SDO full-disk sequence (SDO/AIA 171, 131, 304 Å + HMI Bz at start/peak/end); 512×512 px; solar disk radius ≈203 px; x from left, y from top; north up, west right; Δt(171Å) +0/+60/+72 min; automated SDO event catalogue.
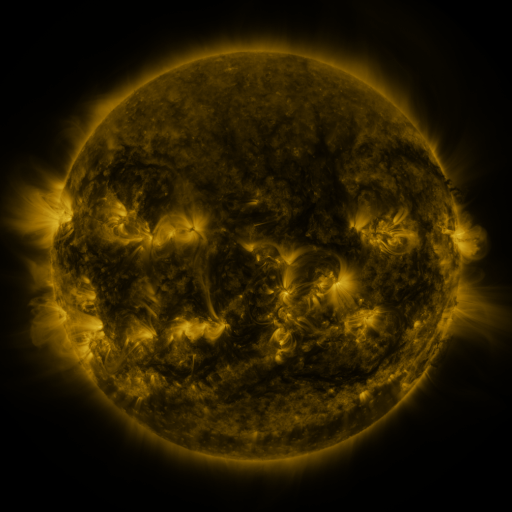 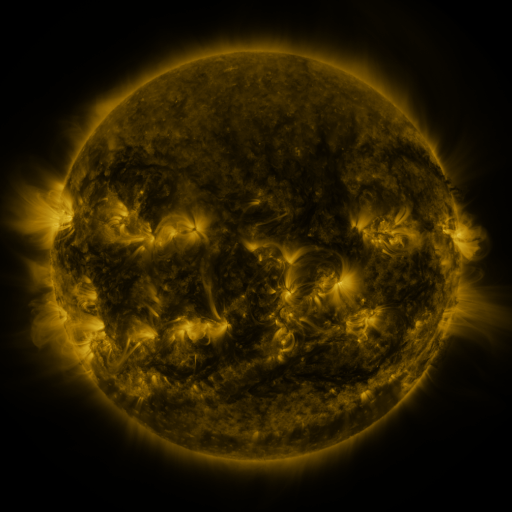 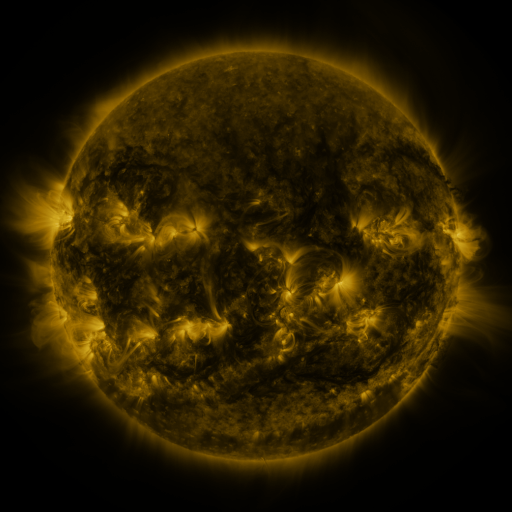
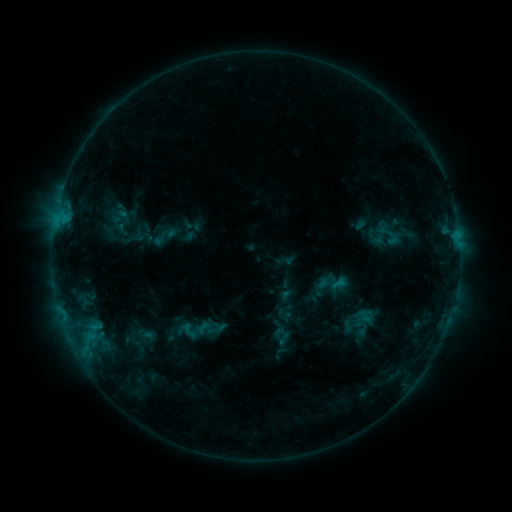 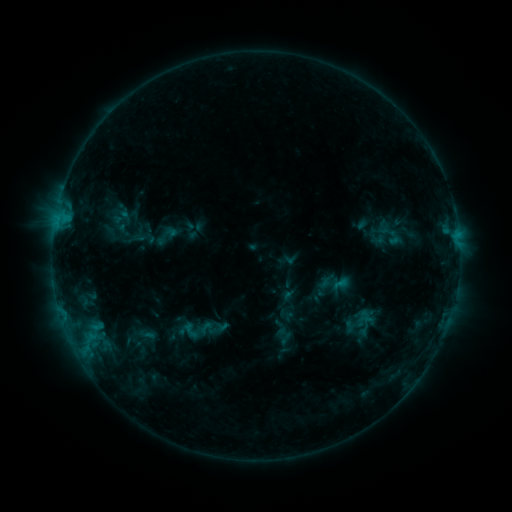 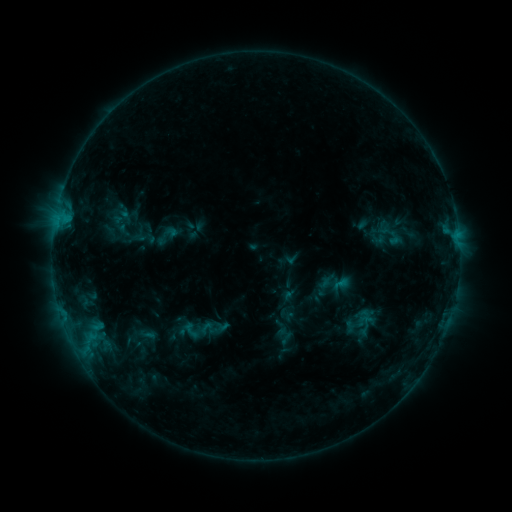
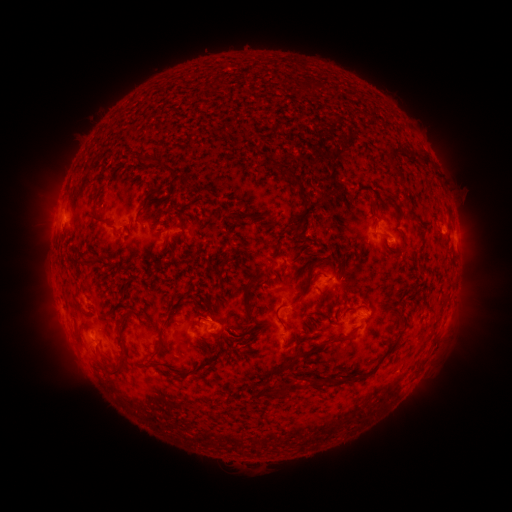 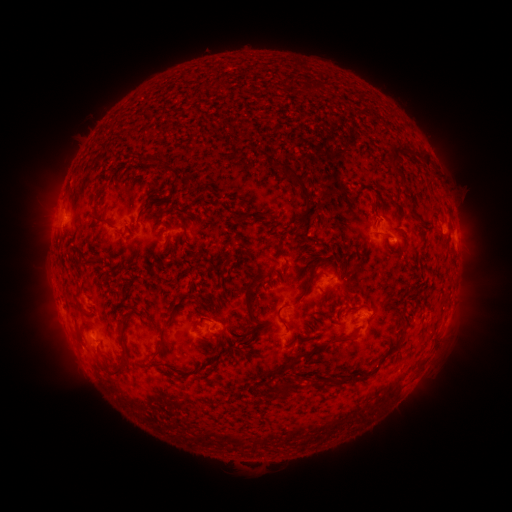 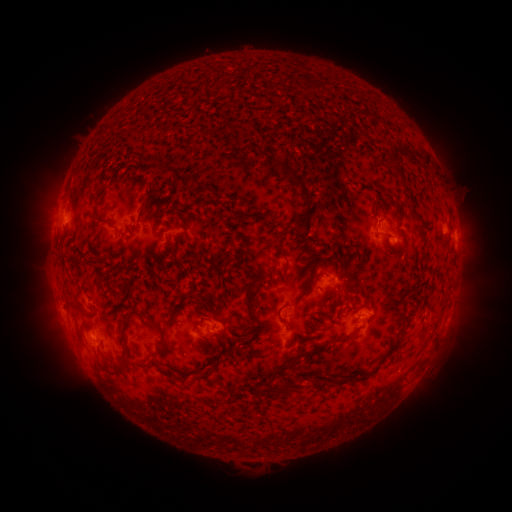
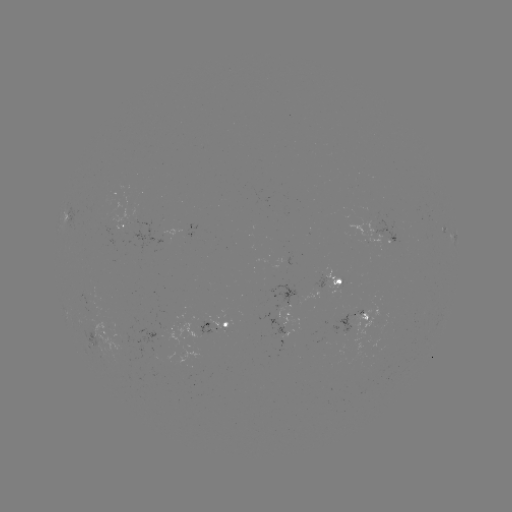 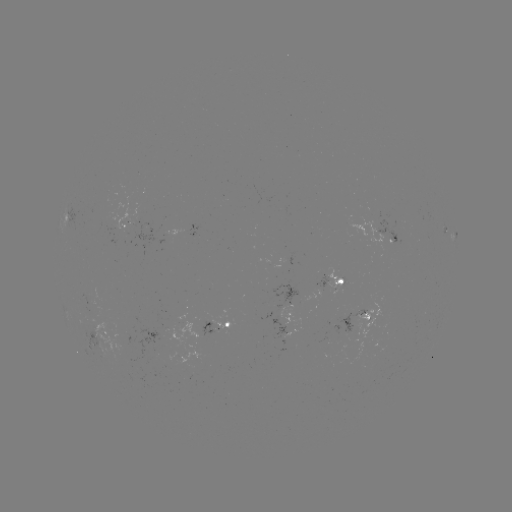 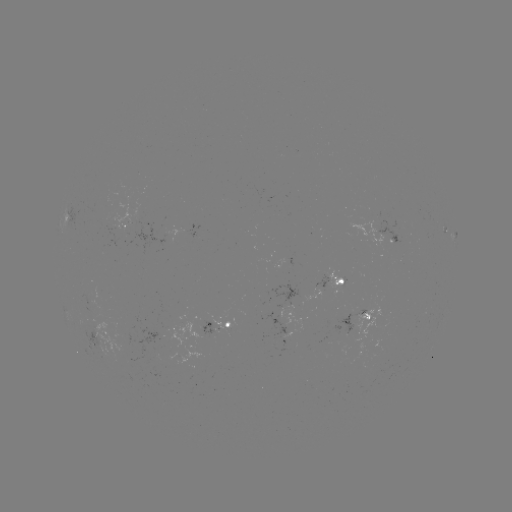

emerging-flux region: <bbox>132, 205, 163, 256</bbox>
